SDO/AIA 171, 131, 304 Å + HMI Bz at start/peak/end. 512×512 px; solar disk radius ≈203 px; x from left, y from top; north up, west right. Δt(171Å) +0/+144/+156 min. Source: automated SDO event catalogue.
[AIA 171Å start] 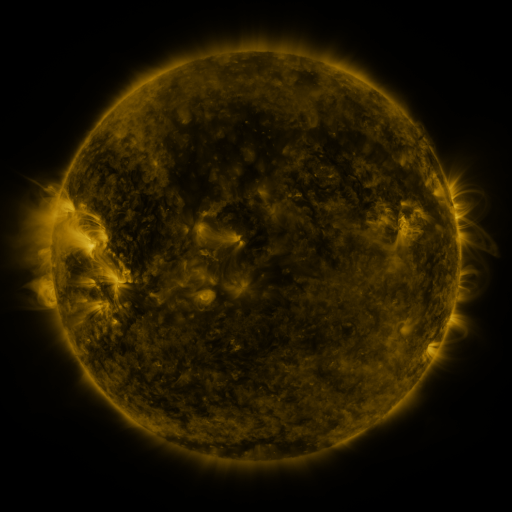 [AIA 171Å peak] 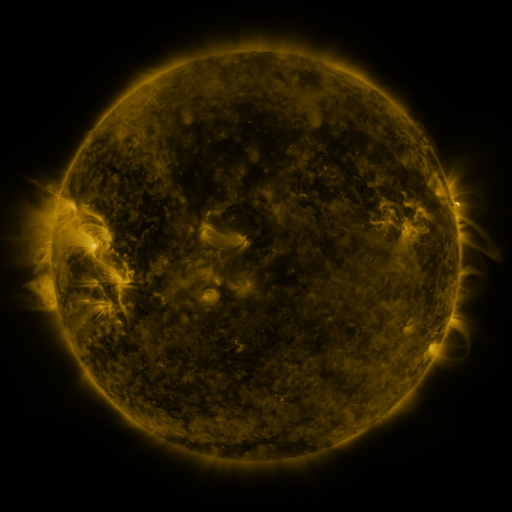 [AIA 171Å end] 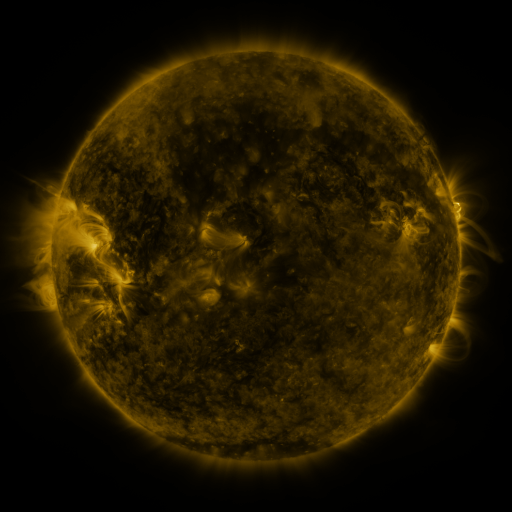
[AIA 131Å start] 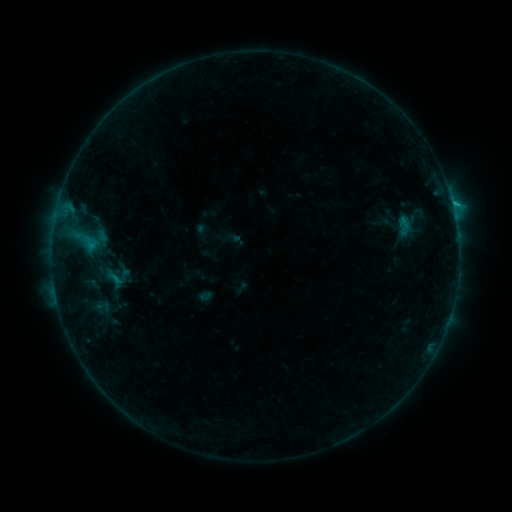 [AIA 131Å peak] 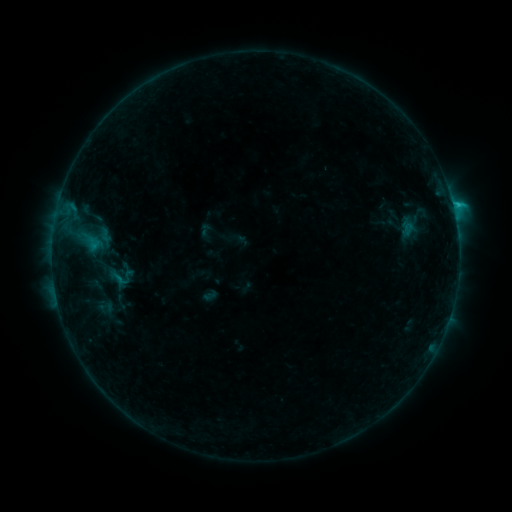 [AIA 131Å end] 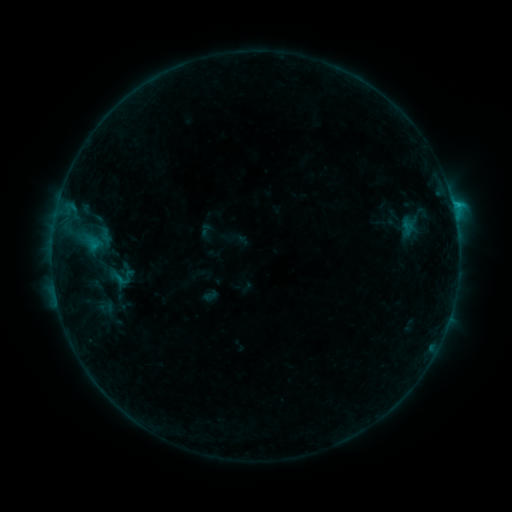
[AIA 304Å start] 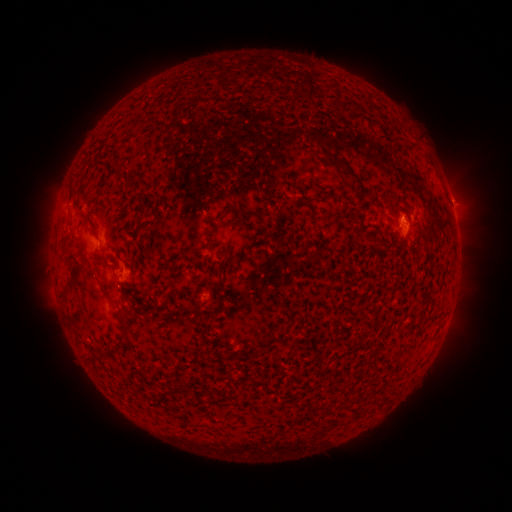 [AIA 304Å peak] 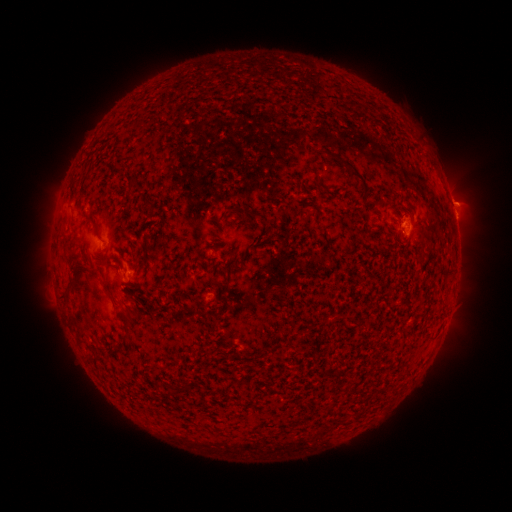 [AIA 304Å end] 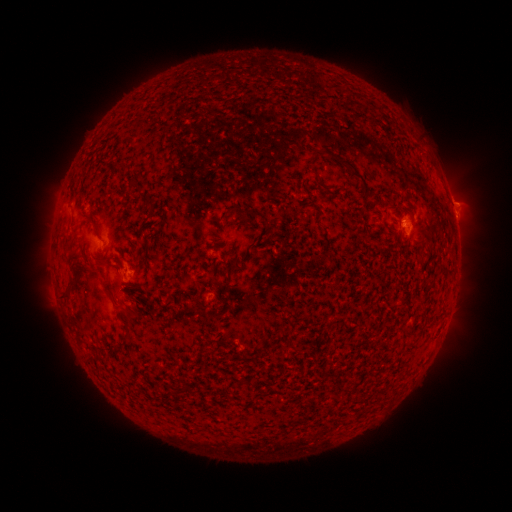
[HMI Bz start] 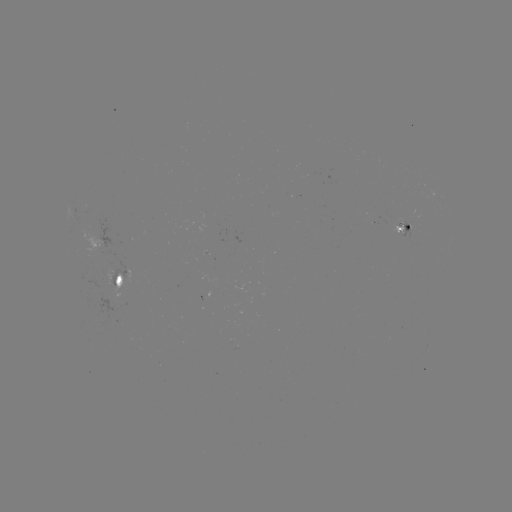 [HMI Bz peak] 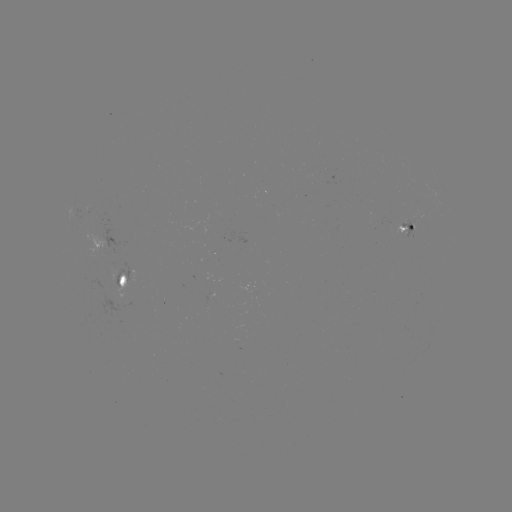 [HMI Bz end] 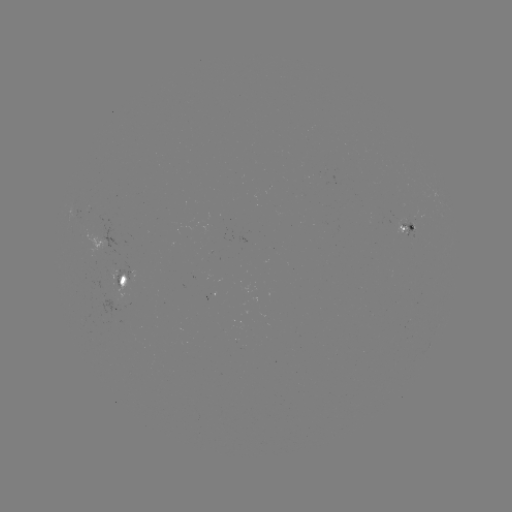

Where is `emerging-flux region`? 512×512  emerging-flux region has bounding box [393, 219, 407, 233].